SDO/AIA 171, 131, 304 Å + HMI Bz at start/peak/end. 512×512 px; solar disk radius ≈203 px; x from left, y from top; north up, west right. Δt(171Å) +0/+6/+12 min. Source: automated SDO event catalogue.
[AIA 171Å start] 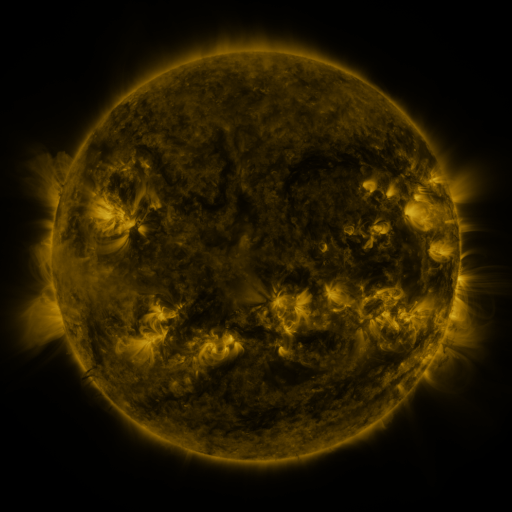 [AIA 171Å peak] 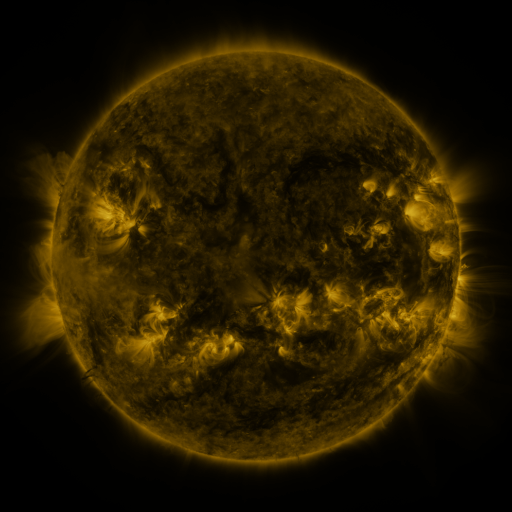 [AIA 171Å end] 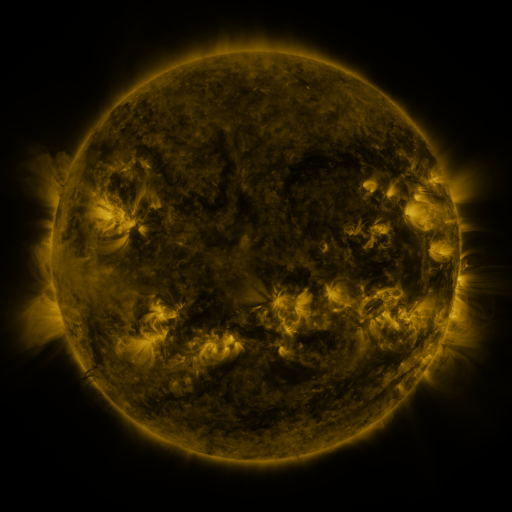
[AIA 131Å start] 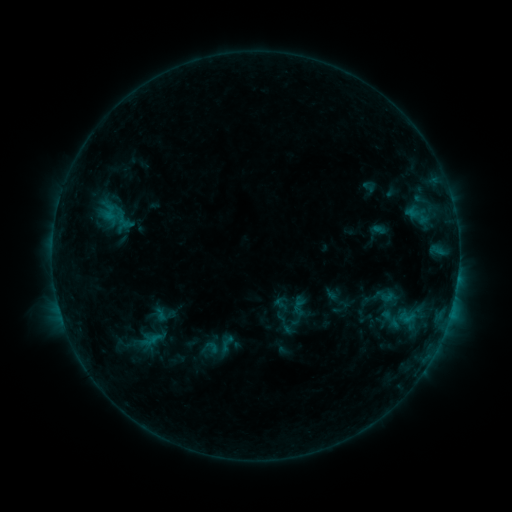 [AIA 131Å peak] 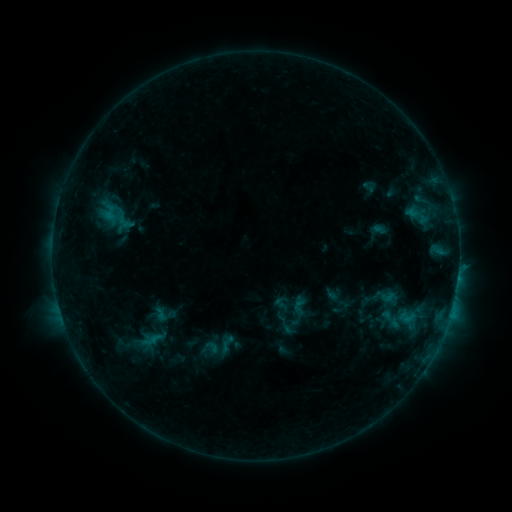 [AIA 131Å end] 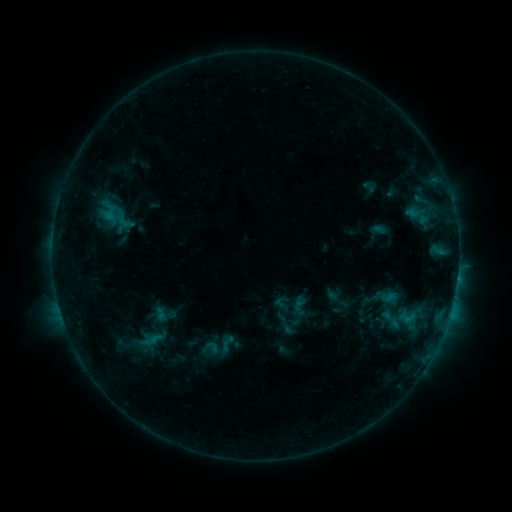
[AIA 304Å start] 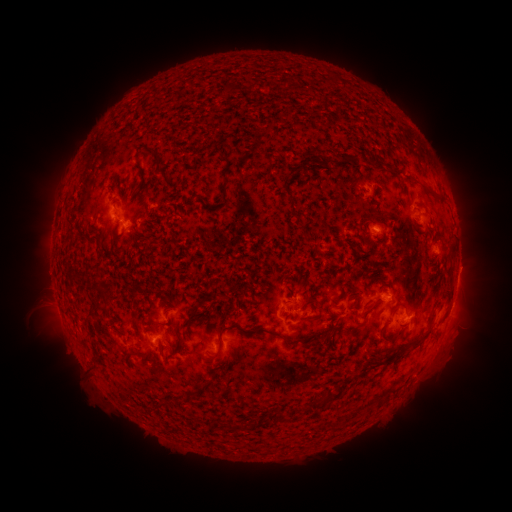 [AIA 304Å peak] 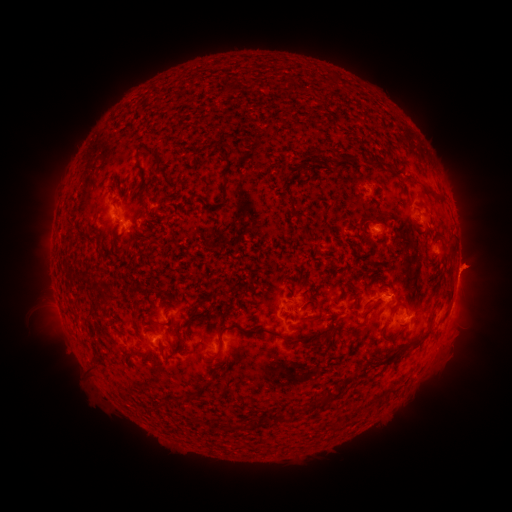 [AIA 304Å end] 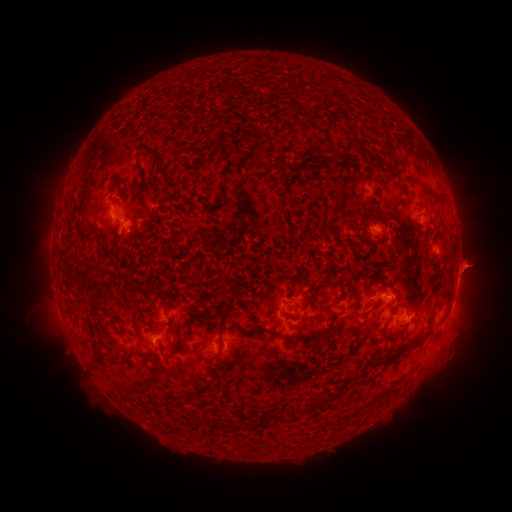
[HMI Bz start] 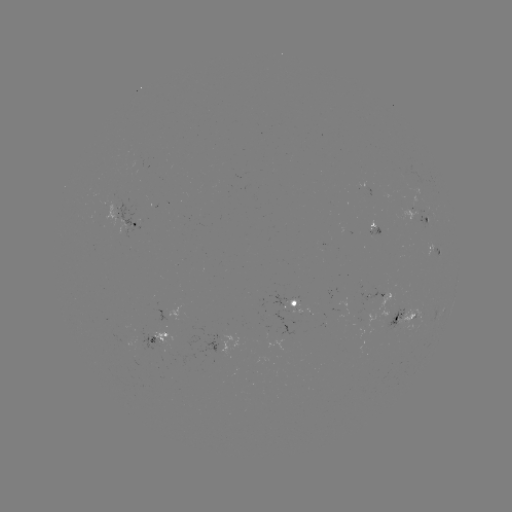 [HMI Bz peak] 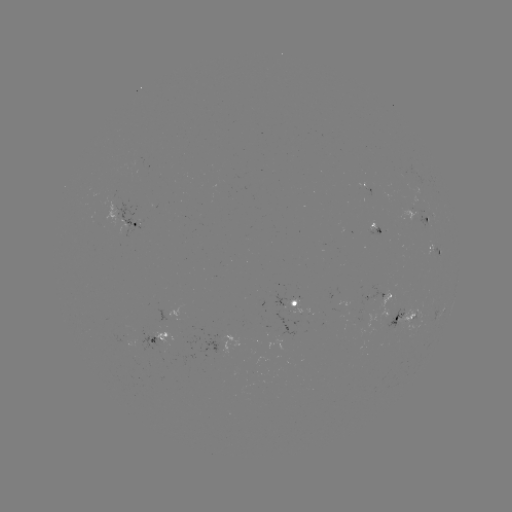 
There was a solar eruption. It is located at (474, 263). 